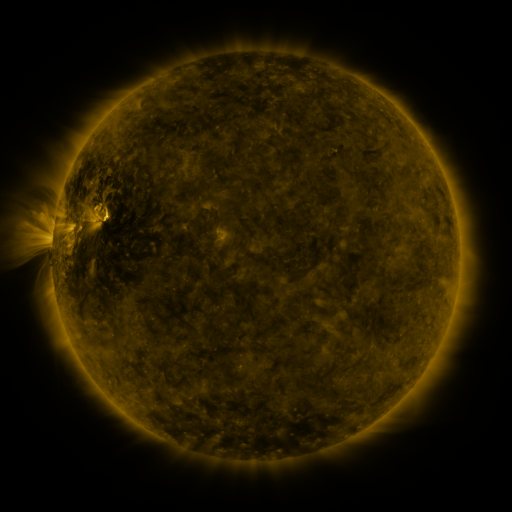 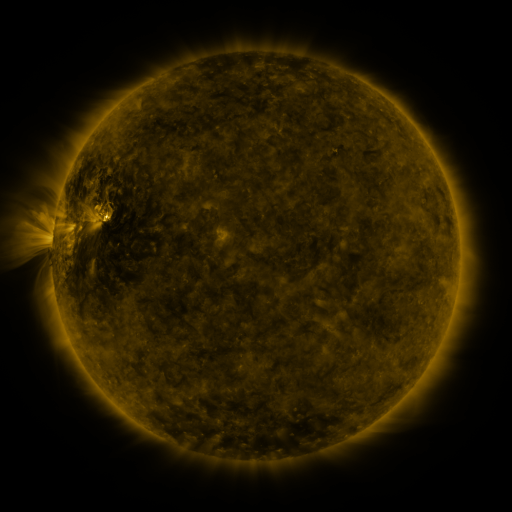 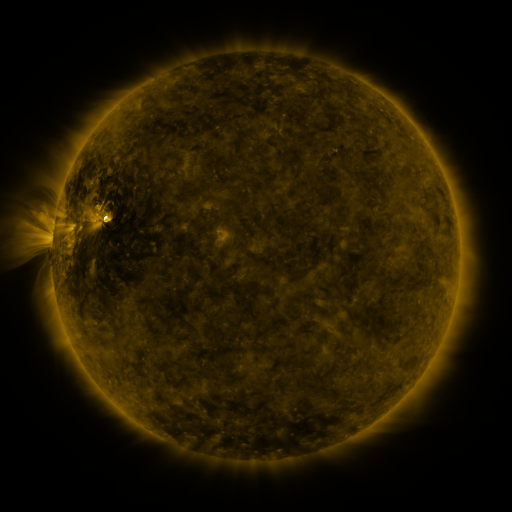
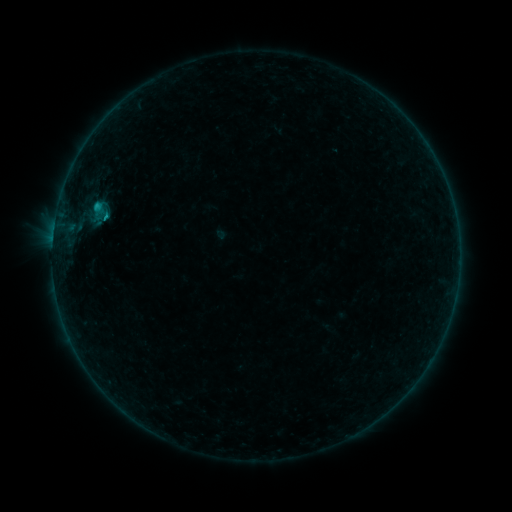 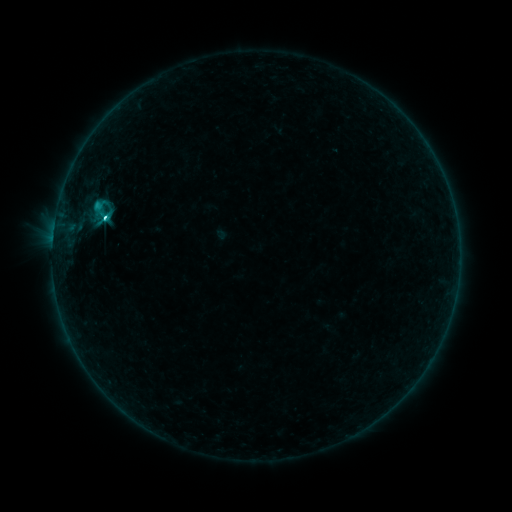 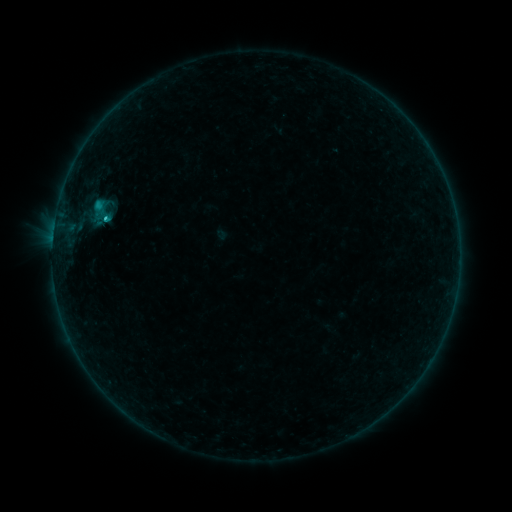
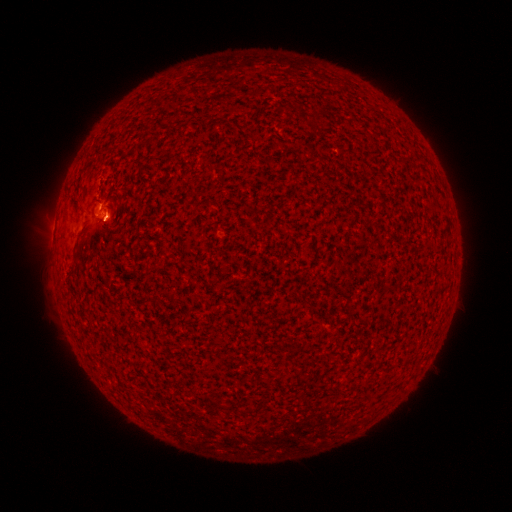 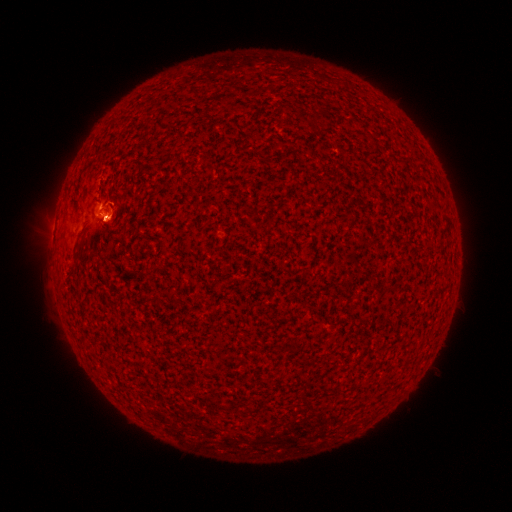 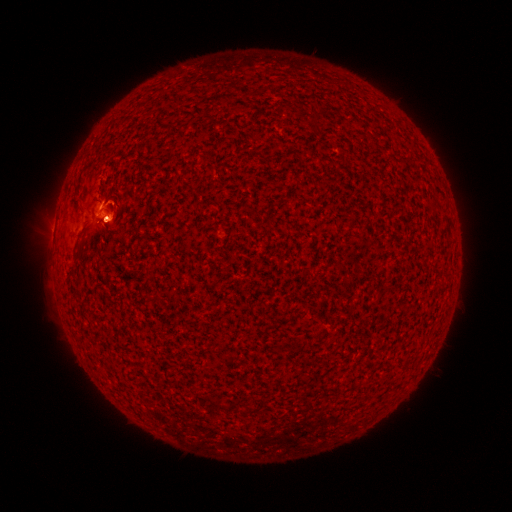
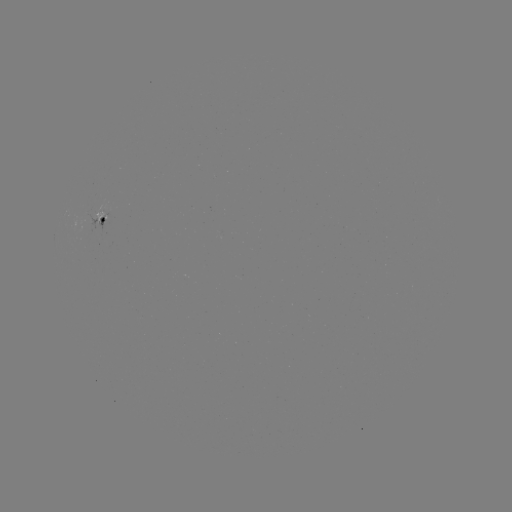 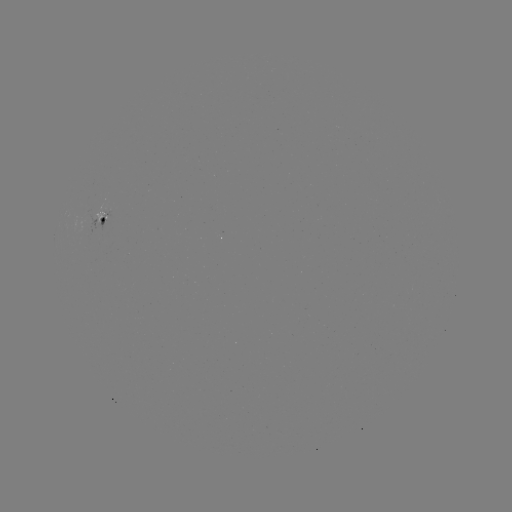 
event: flare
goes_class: C2.0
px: (106, 219)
